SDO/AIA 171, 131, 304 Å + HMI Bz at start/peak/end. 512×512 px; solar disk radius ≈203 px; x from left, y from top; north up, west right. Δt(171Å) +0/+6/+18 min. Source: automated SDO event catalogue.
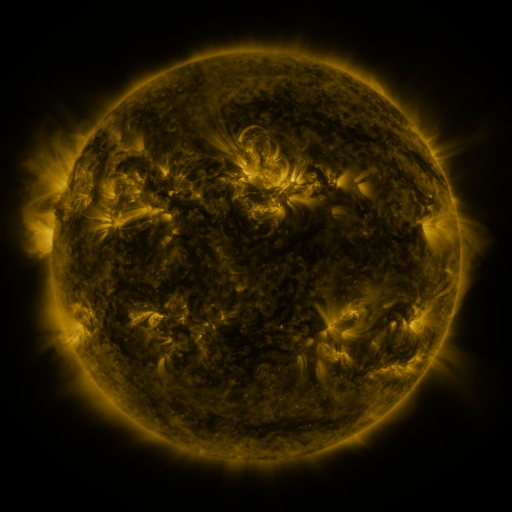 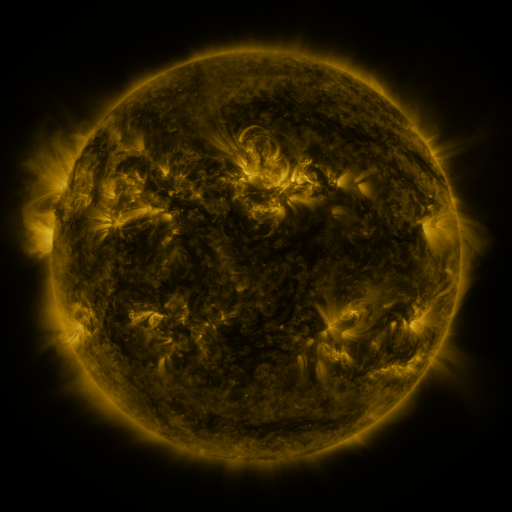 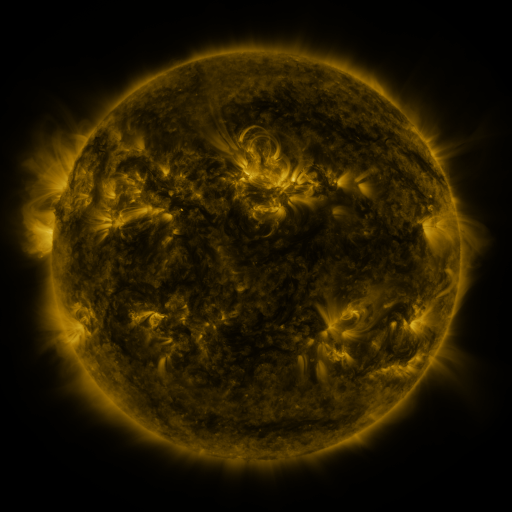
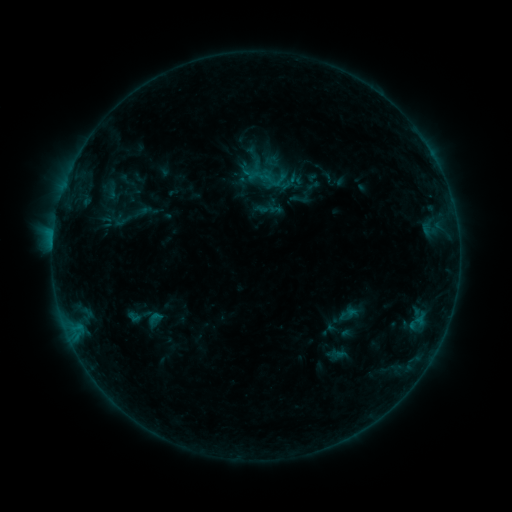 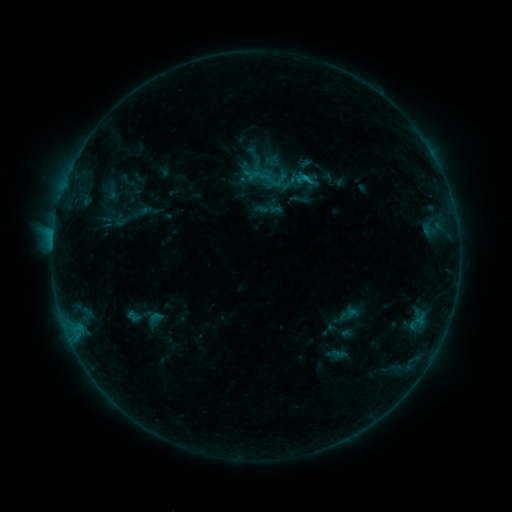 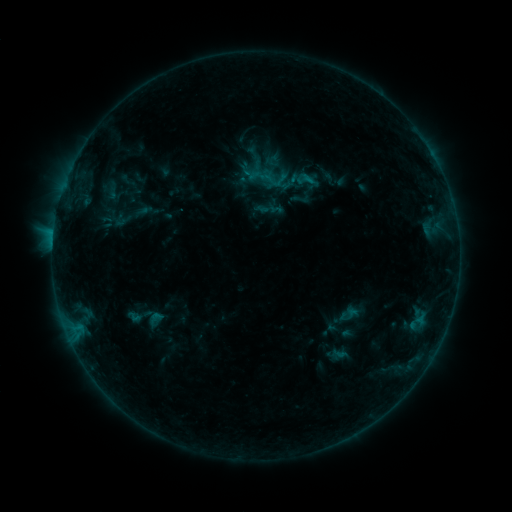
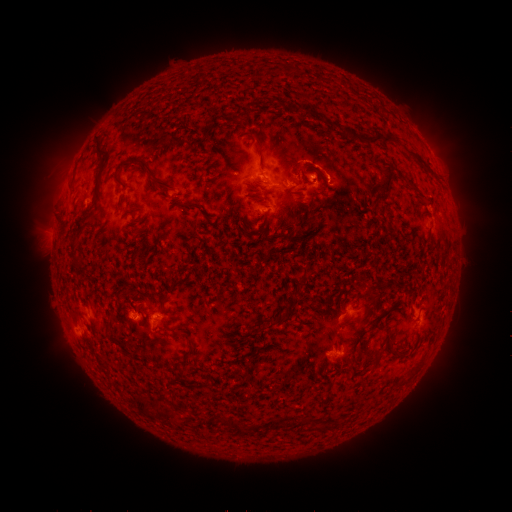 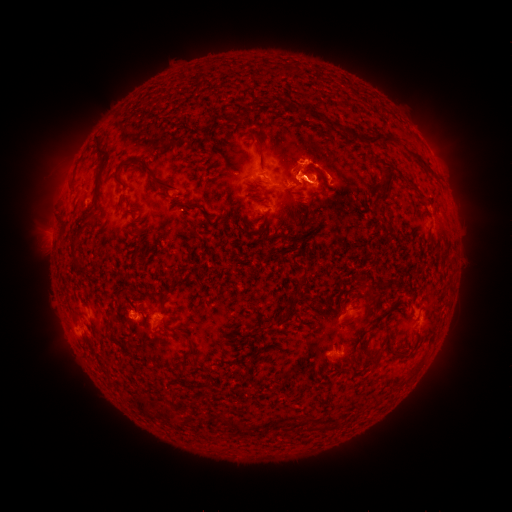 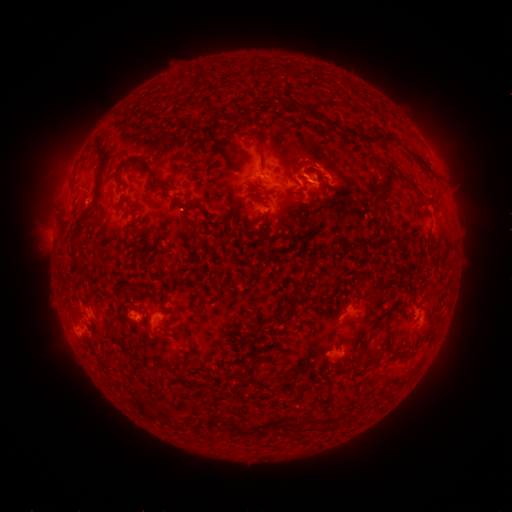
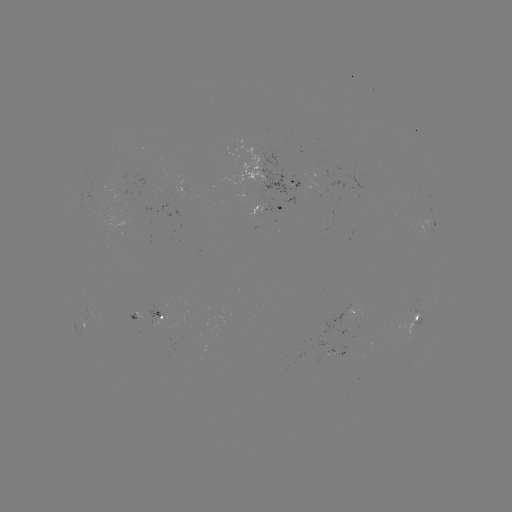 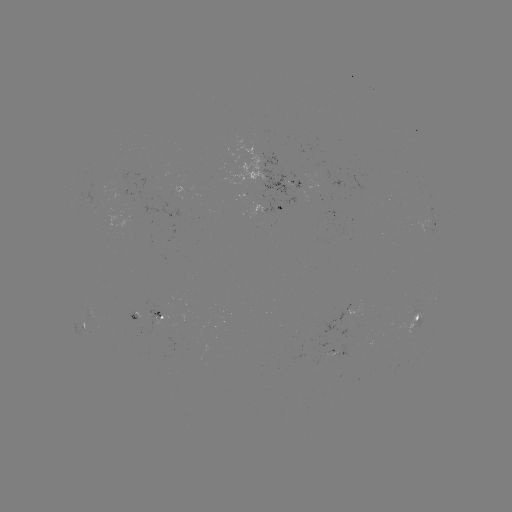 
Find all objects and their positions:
B7.8 flare: (305, 178)
